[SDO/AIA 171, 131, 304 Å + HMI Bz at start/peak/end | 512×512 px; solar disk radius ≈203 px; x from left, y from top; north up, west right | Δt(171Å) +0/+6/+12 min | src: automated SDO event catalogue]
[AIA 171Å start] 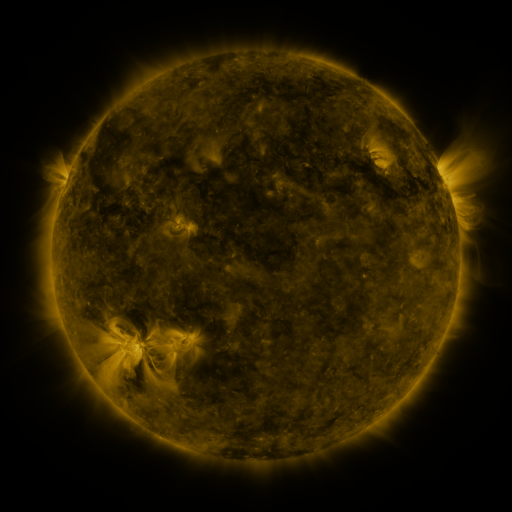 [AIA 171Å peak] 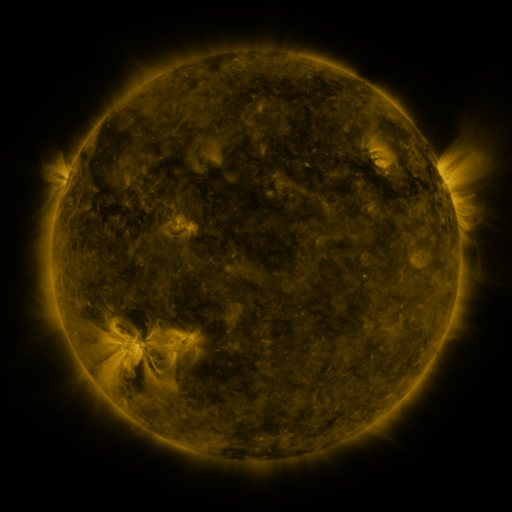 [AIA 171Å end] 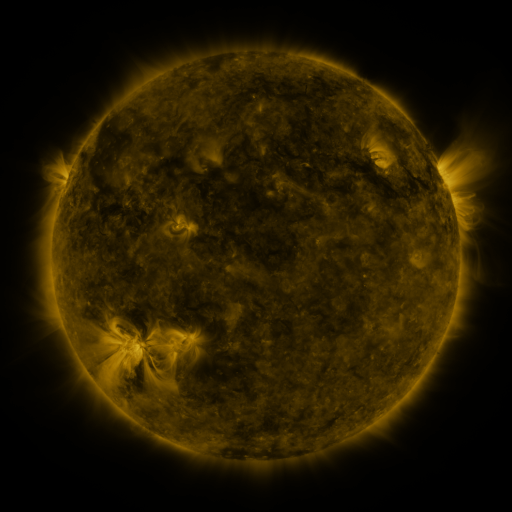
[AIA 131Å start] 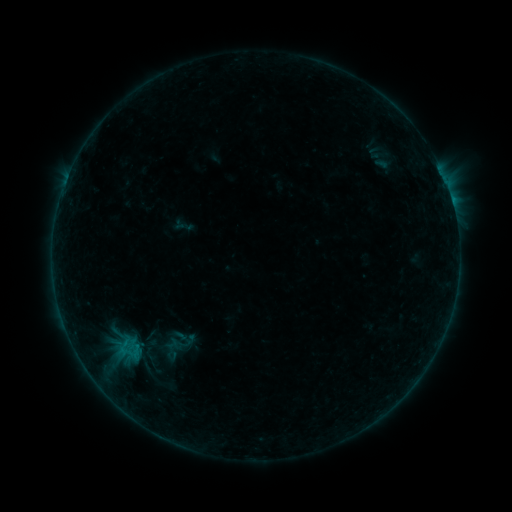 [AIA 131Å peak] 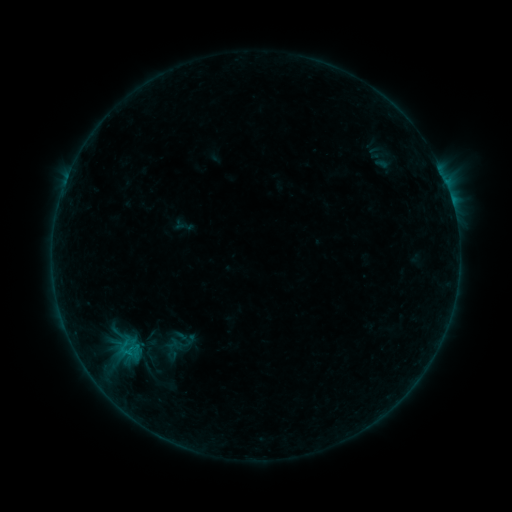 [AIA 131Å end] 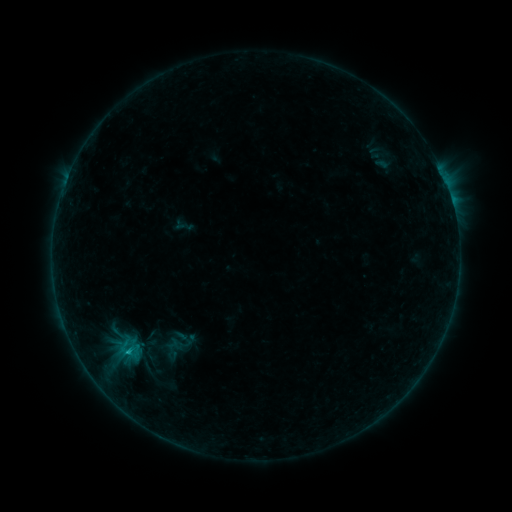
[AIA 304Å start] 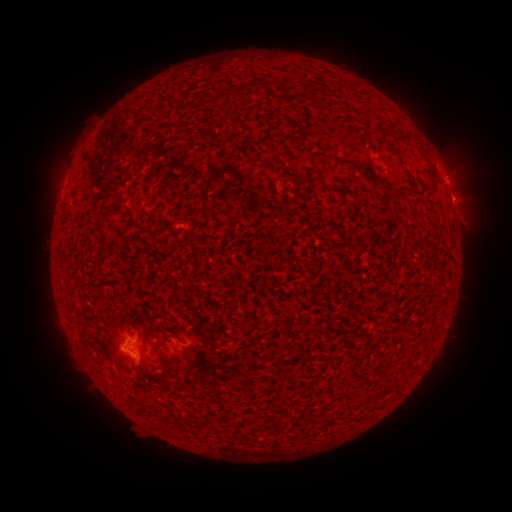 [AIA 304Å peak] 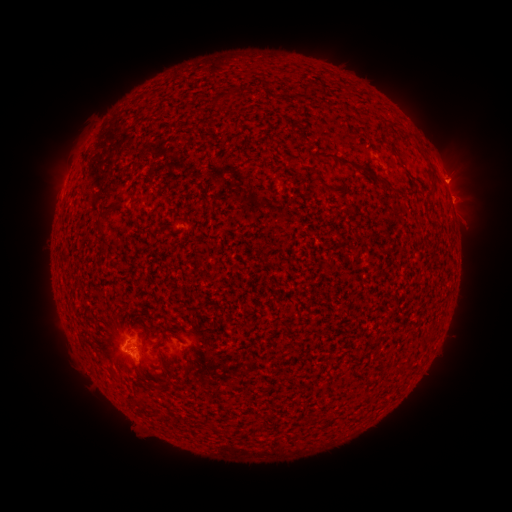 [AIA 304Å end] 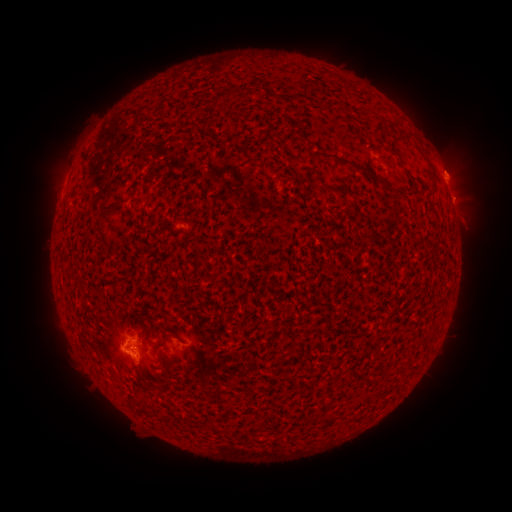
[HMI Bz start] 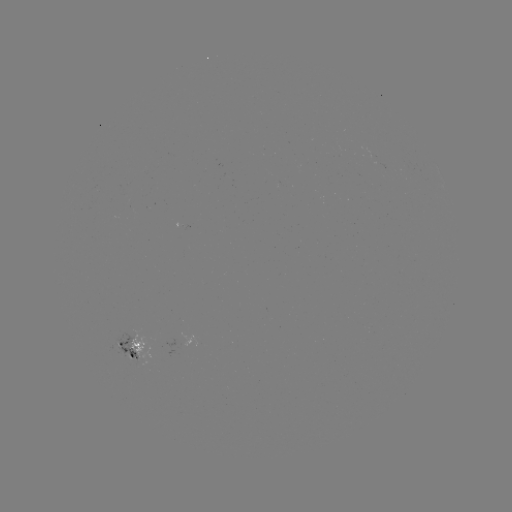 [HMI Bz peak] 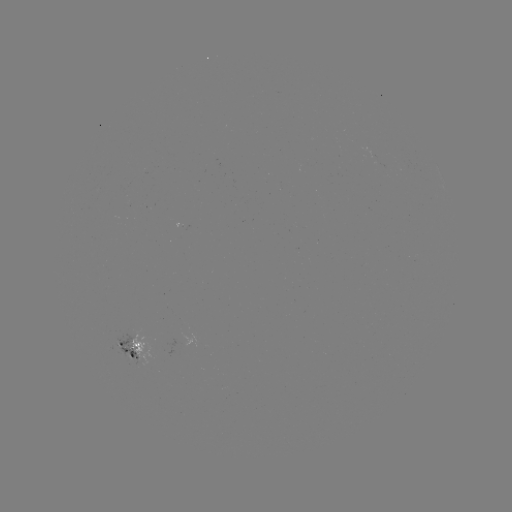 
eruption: [424, 138, 491, 224]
